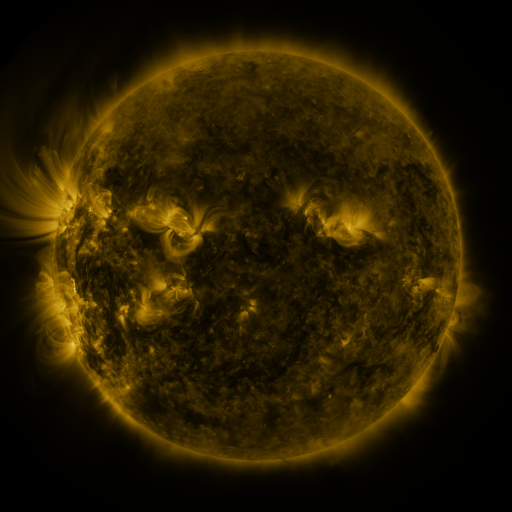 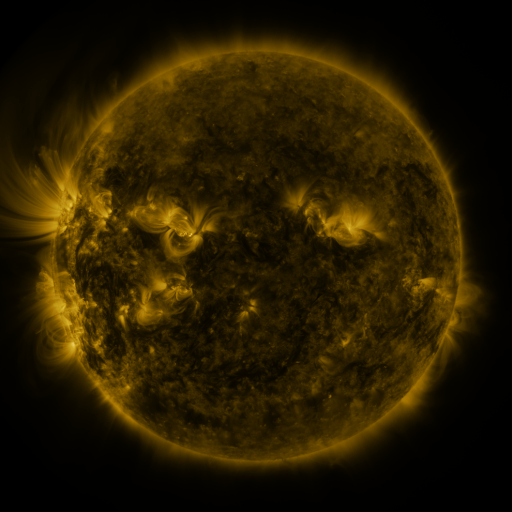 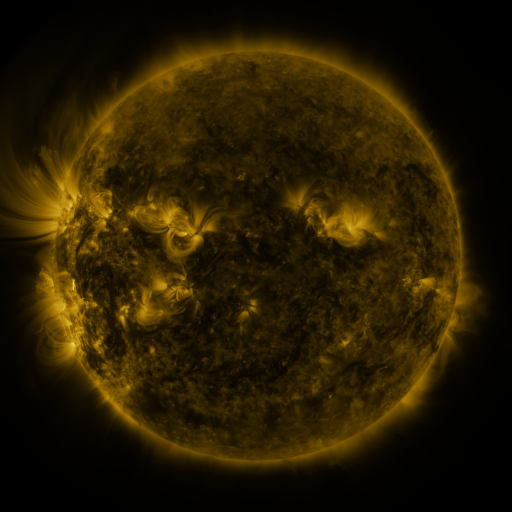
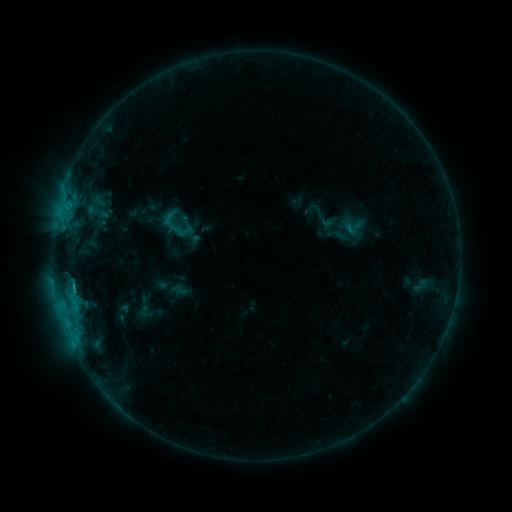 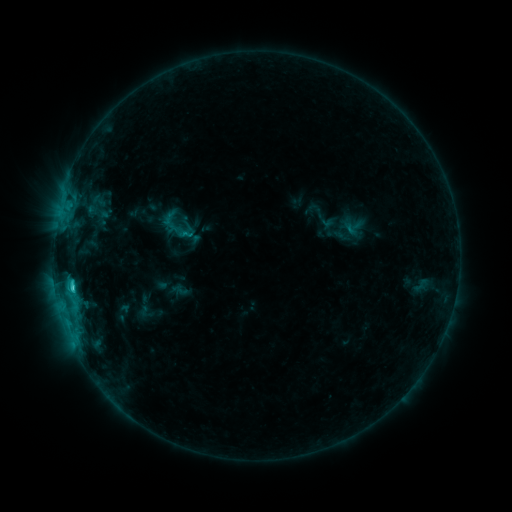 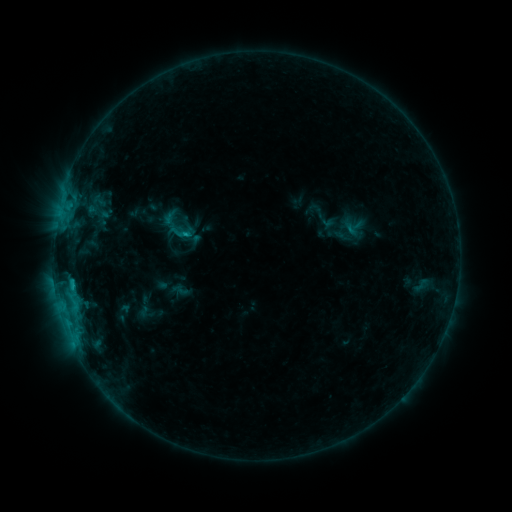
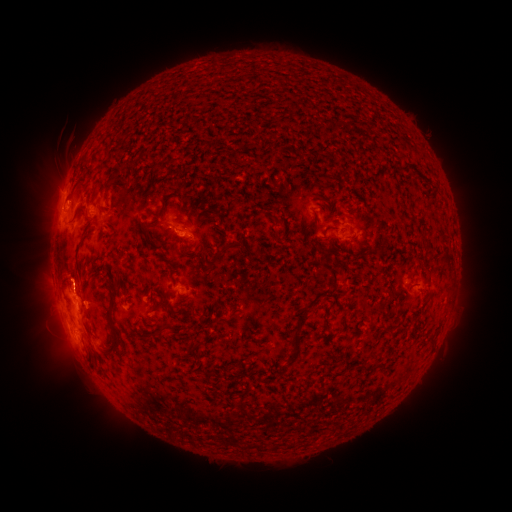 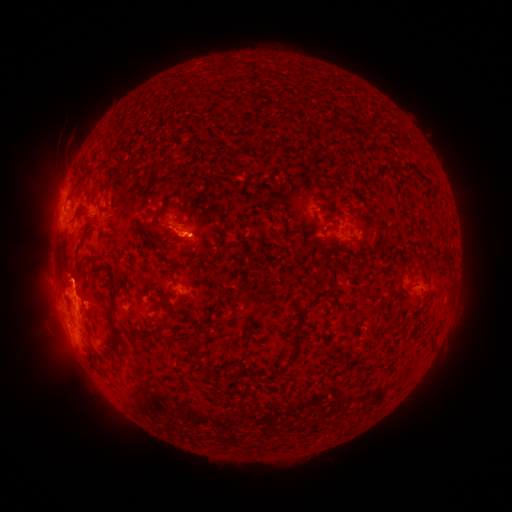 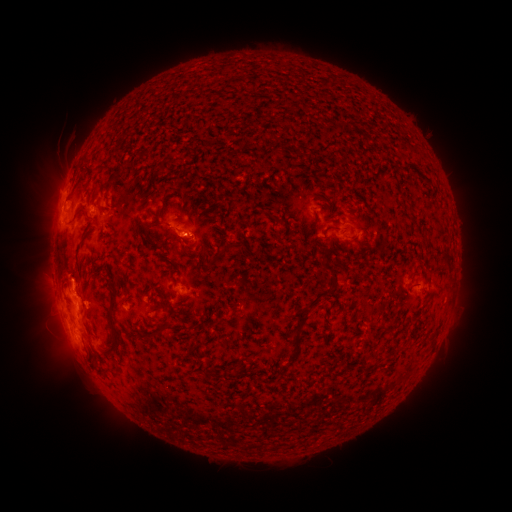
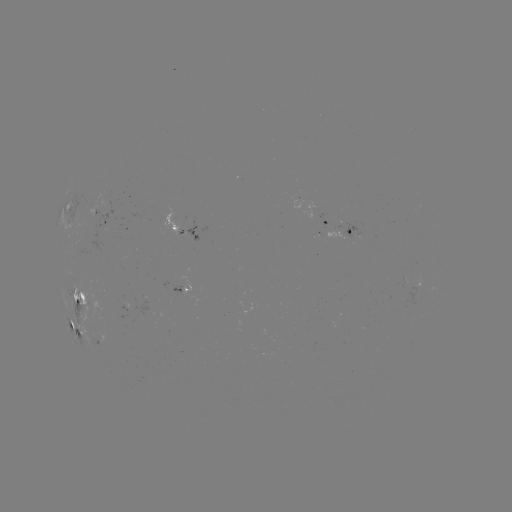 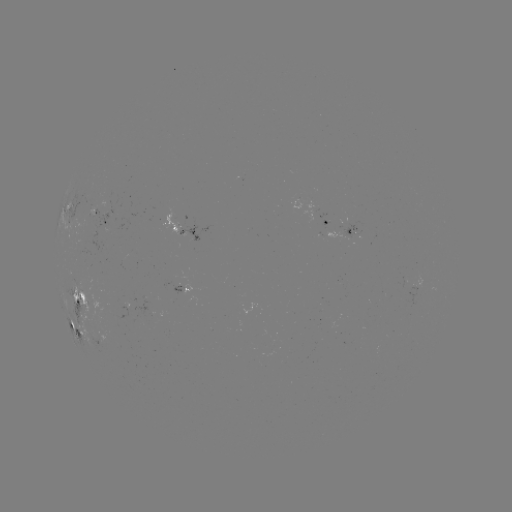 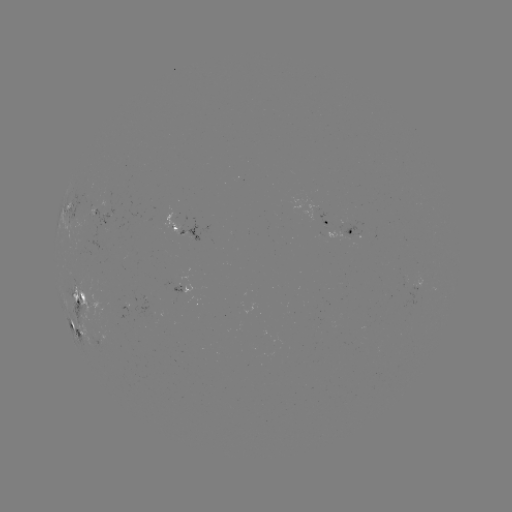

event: flare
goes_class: C2.2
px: (72, 284)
